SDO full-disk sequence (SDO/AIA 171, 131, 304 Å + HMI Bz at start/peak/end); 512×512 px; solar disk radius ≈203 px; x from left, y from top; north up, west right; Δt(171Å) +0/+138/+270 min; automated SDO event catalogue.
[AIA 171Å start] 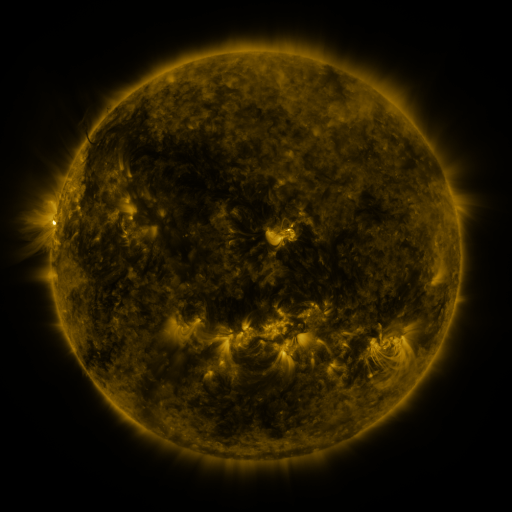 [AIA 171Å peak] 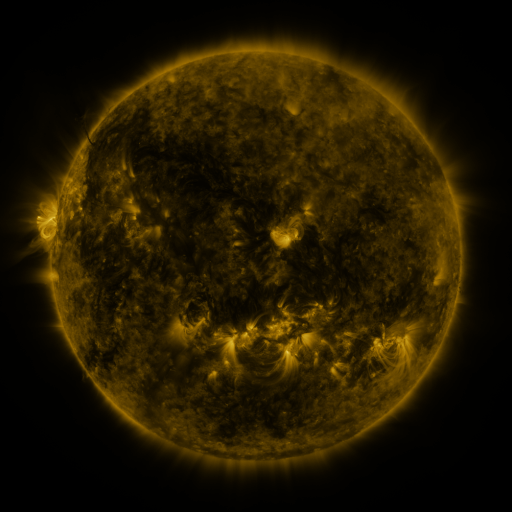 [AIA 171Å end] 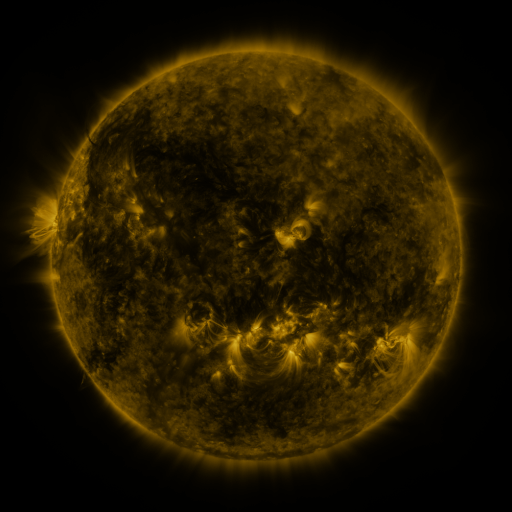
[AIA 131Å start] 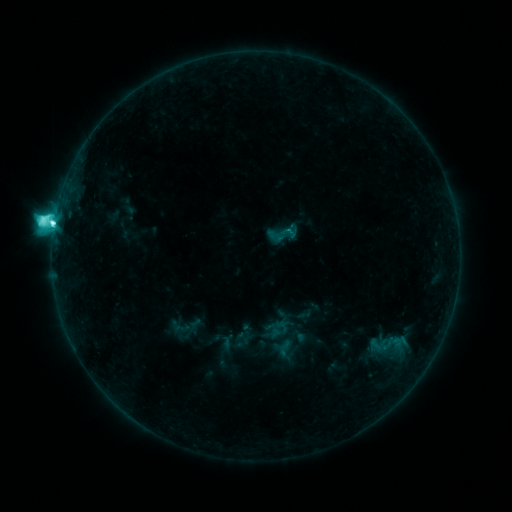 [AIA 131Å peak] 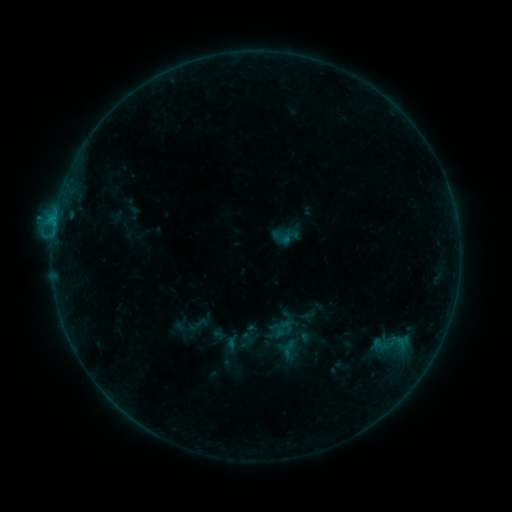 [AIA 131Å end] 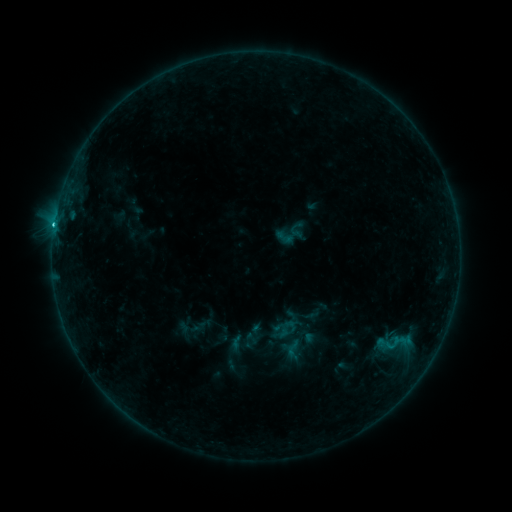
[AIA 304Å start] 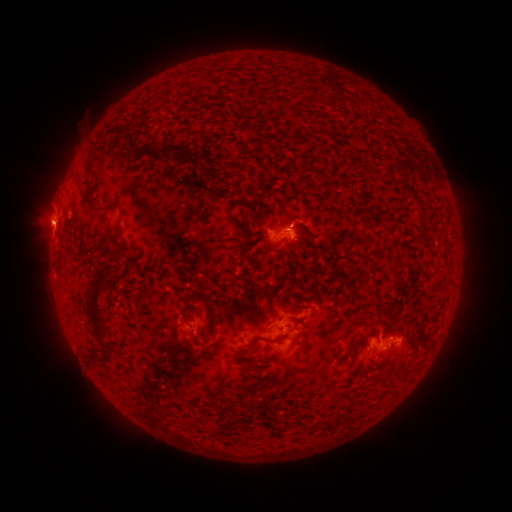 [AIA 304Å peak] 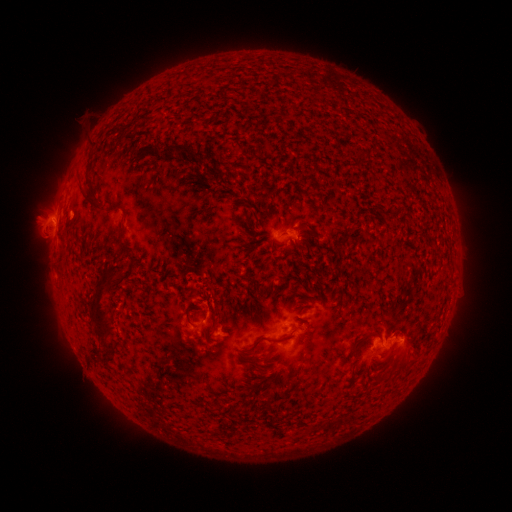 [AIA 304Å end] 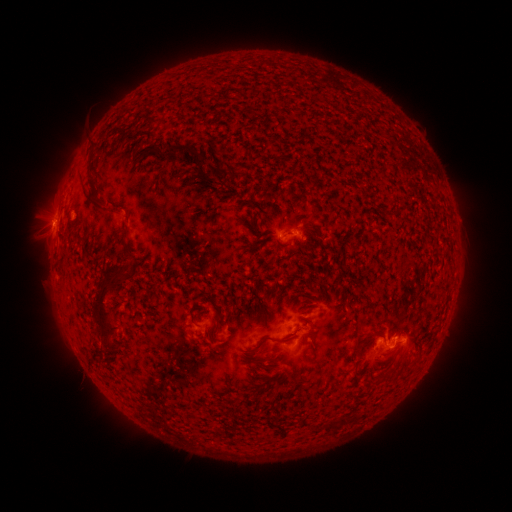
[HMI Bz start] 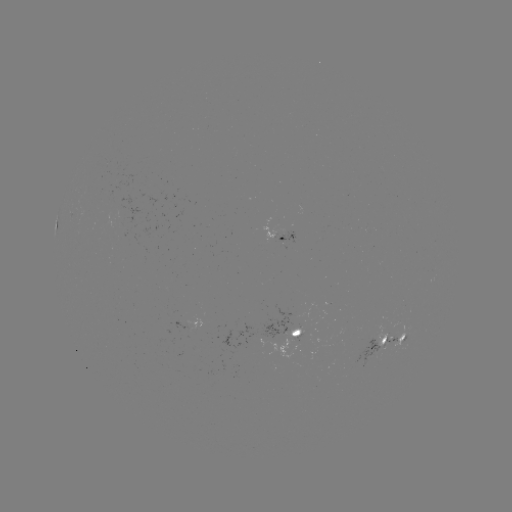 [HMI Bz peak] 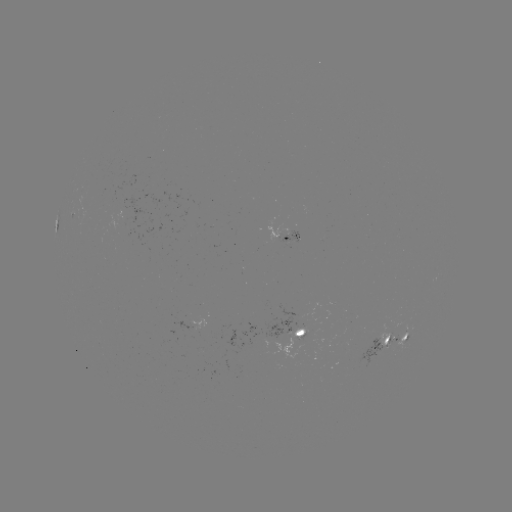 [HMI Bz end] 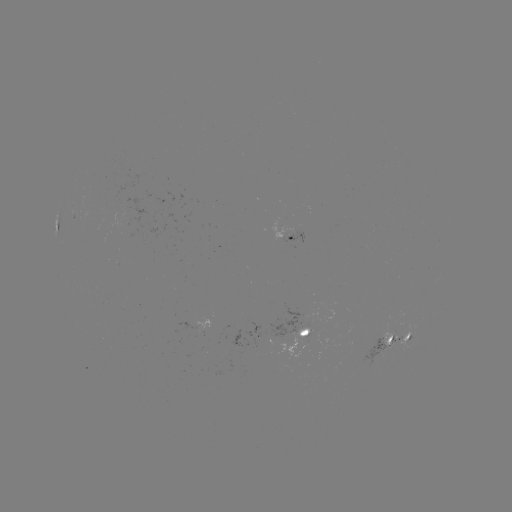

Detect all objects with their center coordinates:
filament eruption: (208, 307)
